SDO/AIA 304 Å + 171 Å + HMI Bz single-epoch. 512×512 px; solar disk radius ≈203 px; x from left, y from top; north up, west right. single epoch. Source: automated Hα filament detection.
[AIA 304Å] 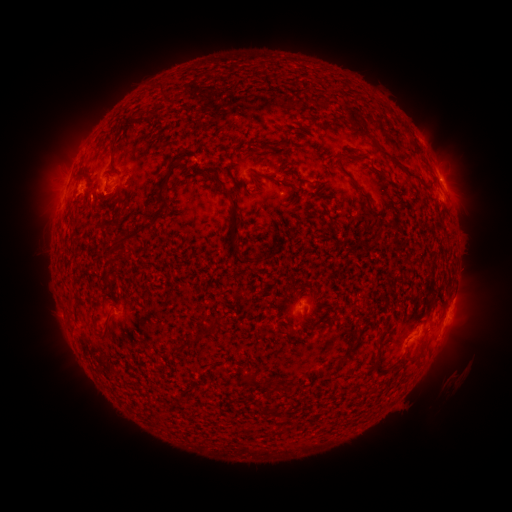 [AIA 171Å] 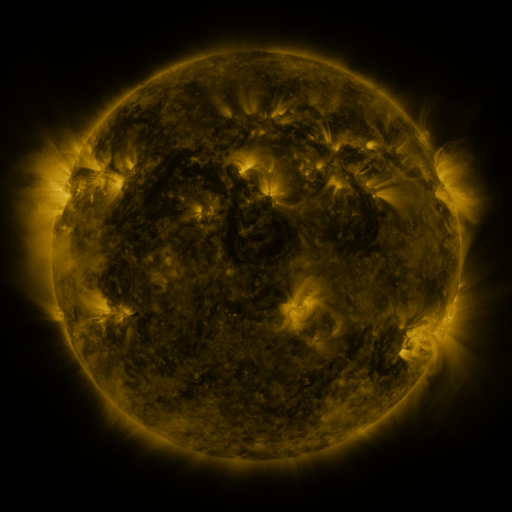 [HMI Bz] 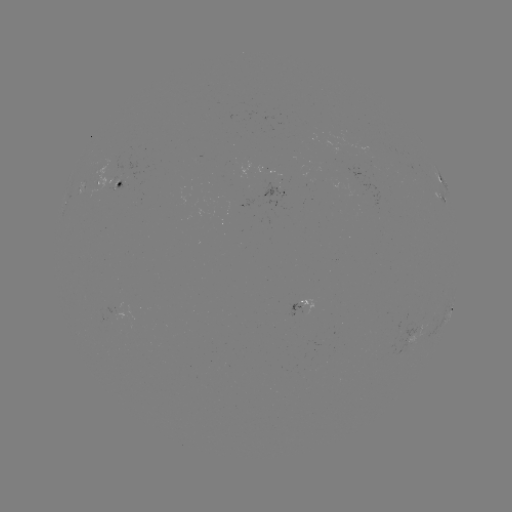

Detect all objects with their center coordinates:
filament: (409, 135)
filament: (372, 139)
filament: (274, 148)
filament: (419, 151)
filament: (399, 166)
filament: (347, 175)
filament: (162, 191)
filament: (234, 206)
filament: (379, 234)
filament: (235, 240)
filament: (114, 243)
filament: (128, 251)
filament: (238, 295)
filament: (106, 325)
filament: (205, 331)
filament: (380, 337)
filament: (340, 361)
filament: (378, 372)
filament: (250, 380)
